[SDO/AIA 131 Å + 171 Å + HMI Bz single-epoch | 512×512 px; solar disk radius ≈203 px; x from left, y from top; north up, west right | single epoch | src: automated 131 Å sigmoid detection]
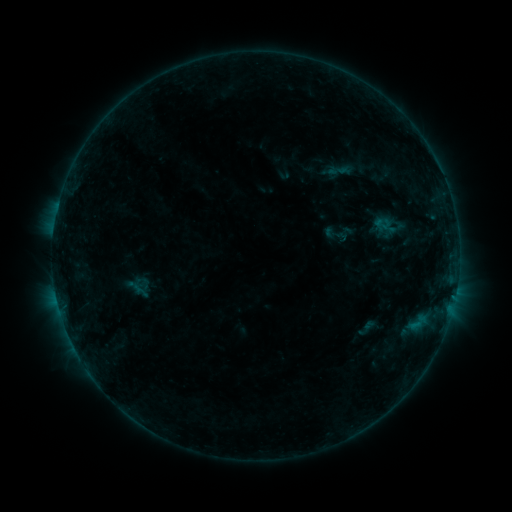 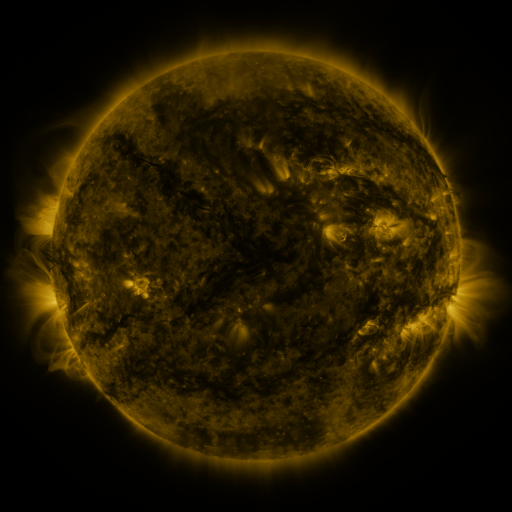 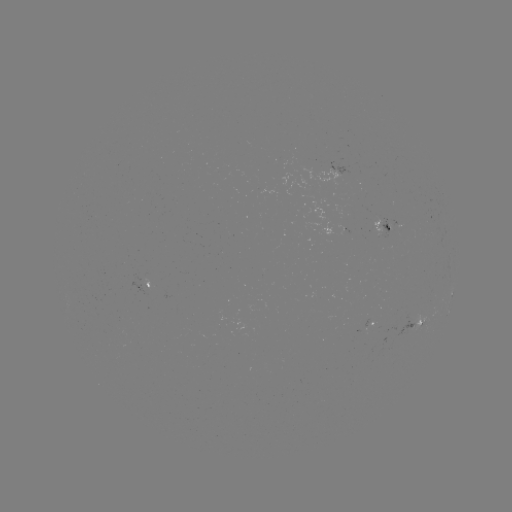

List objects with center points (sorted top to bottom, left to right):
sigmoid: [322, 225, 344, 247]
